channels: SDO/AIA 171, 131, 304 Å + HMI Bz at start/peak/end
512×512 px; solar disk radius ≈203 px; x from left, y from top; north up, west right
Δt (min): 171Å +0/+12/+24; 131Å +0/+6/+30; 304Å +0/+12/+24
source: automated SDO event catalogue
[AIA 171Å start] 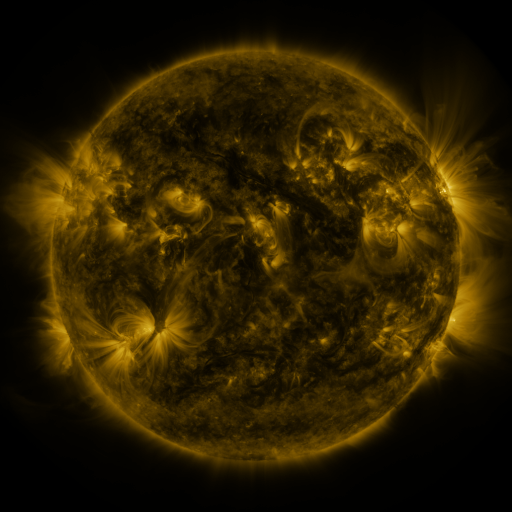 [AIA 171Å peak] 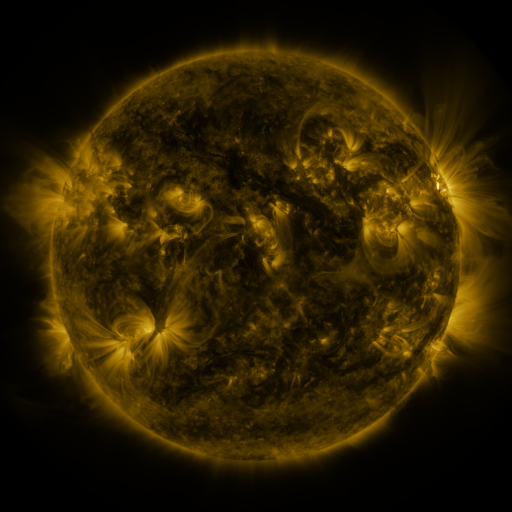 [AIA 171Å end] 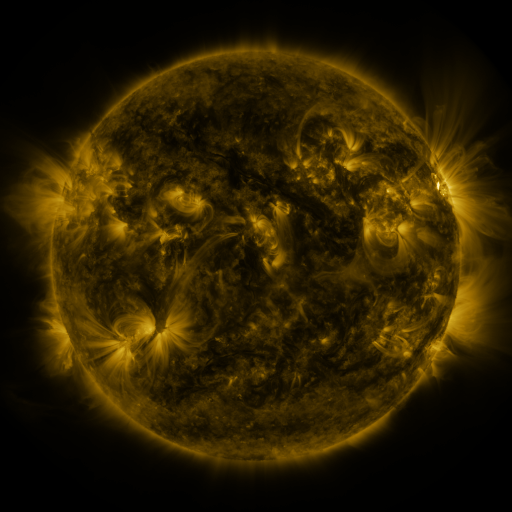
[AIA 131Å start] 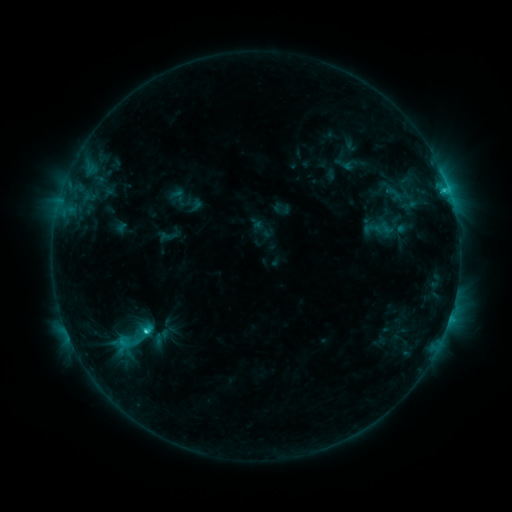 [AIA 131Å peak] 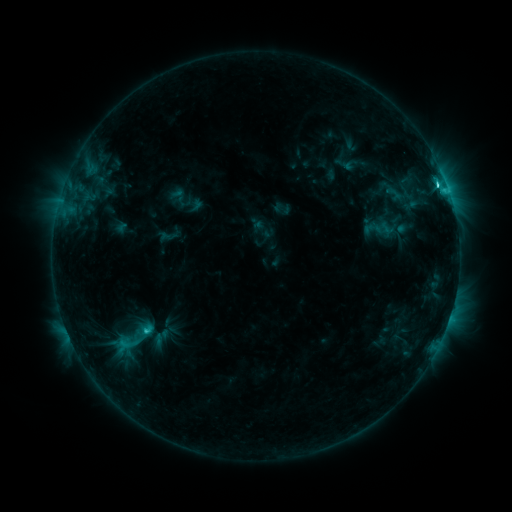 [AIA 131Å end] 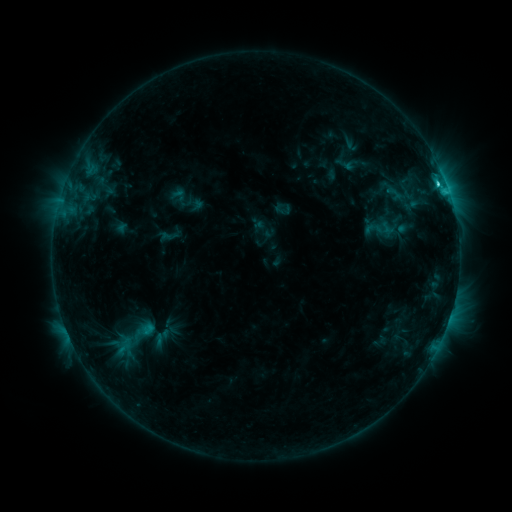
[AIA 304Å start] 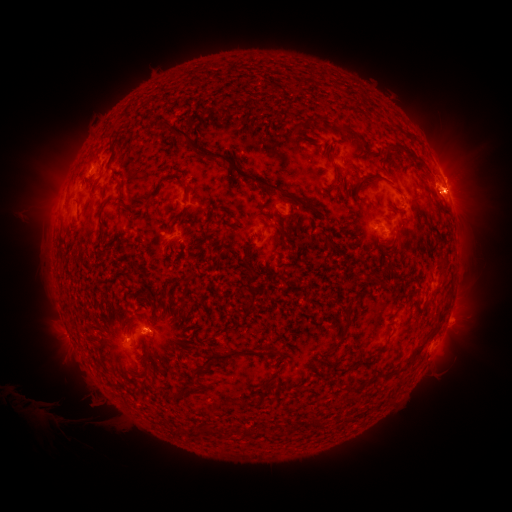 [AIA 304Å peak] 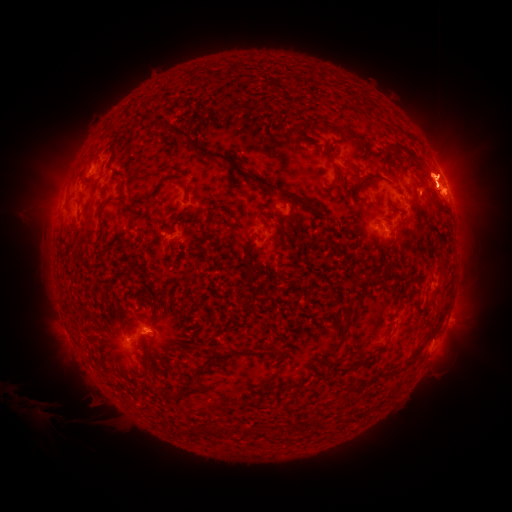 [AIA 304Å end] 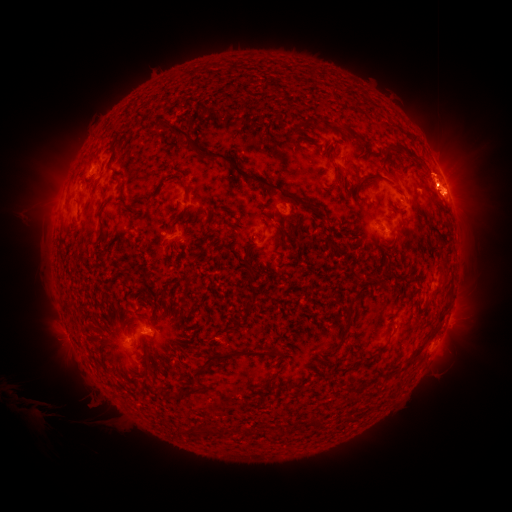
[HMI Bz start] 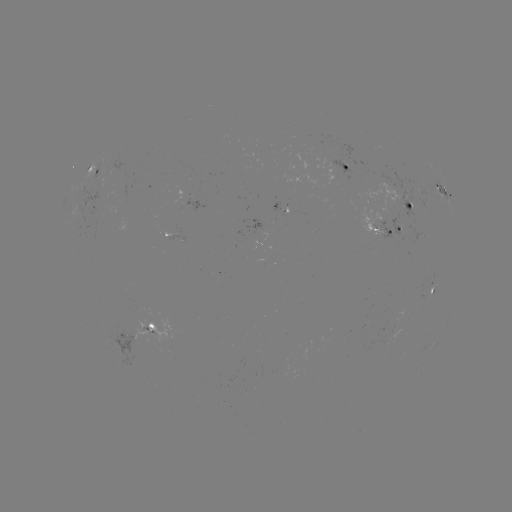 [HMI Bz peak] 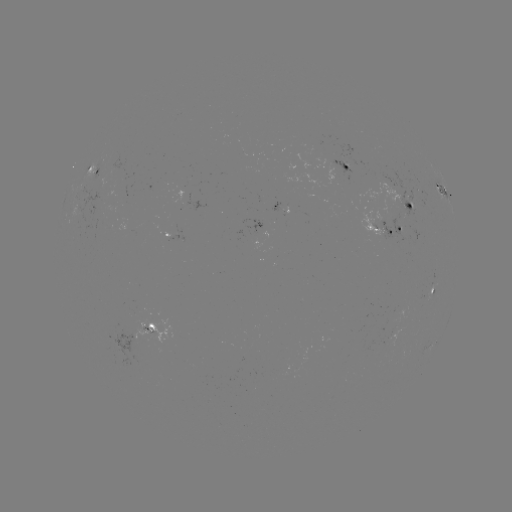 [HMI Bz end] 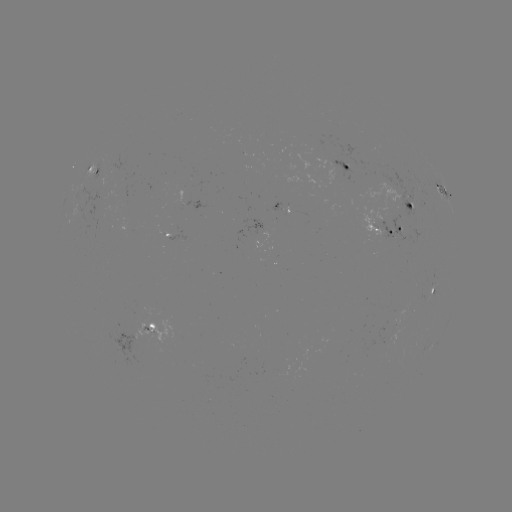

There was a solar flare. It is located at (436, 186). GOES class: M1.2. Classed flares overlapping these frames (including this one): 1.